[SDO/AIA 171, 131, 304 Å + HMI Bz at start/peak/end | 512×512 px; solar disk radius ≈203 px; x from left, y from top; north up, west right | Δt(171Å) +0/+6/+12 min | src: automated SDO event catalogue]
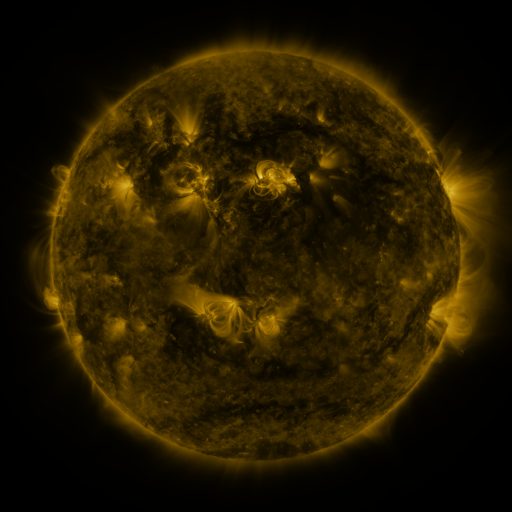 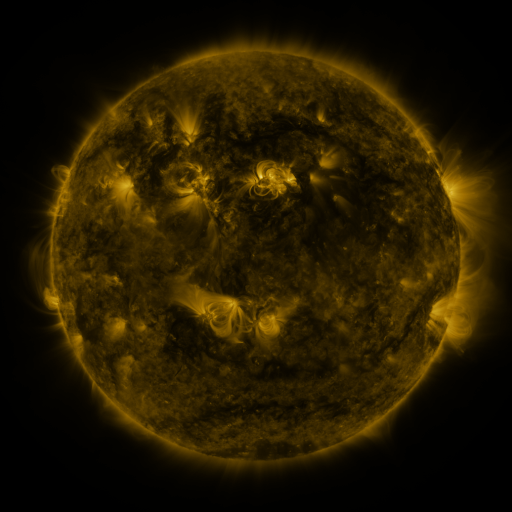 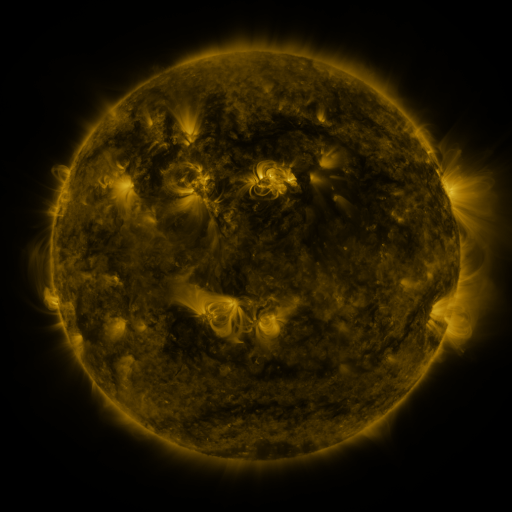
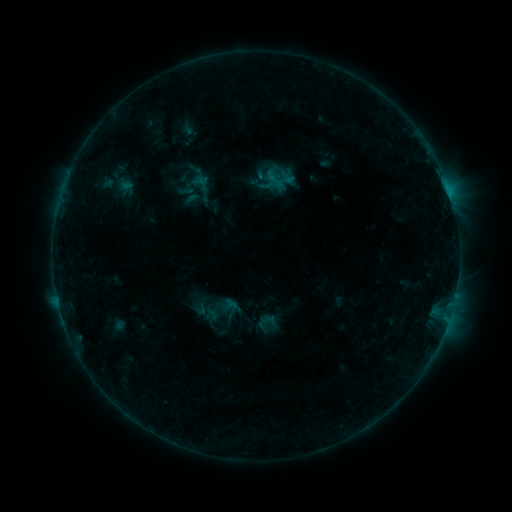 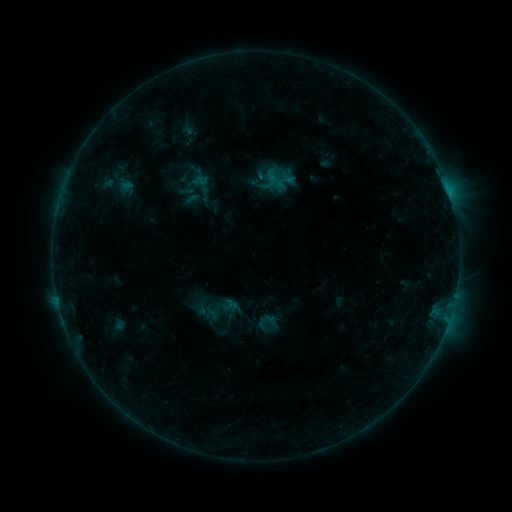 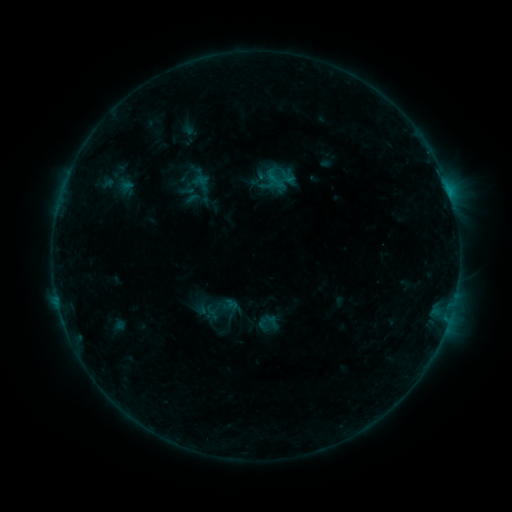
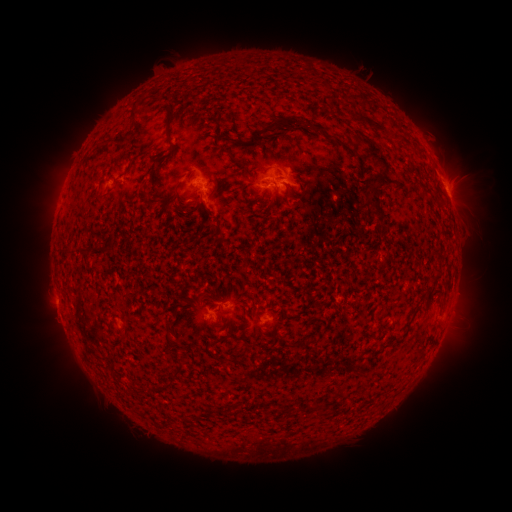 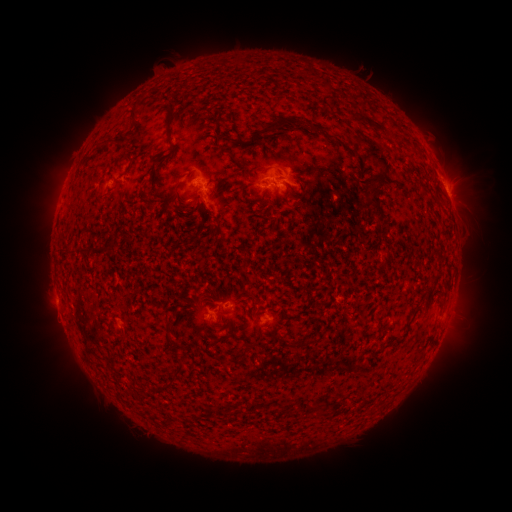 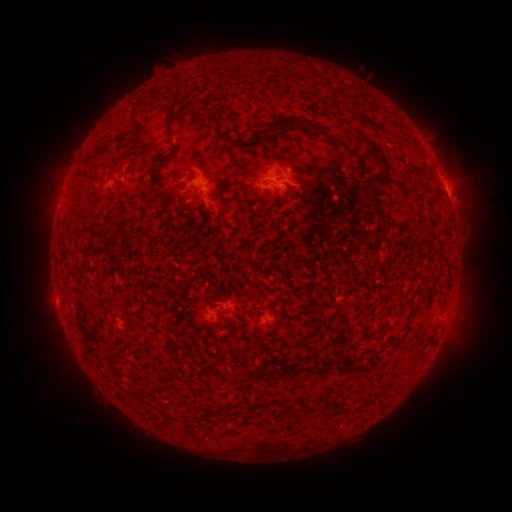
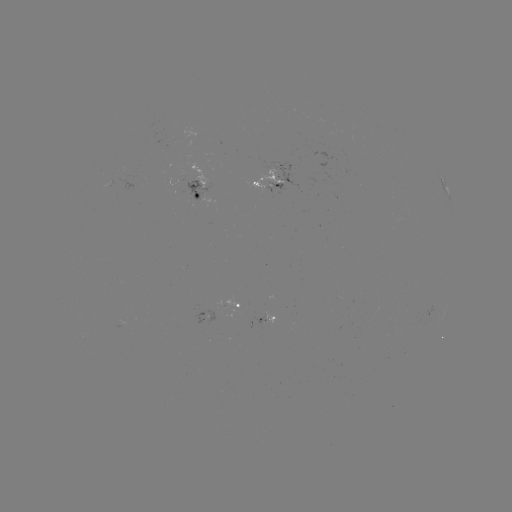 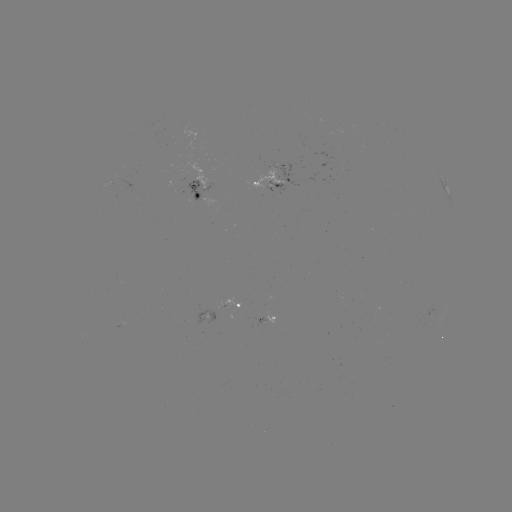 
no flare in any classed list; no EUV-trigger detection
